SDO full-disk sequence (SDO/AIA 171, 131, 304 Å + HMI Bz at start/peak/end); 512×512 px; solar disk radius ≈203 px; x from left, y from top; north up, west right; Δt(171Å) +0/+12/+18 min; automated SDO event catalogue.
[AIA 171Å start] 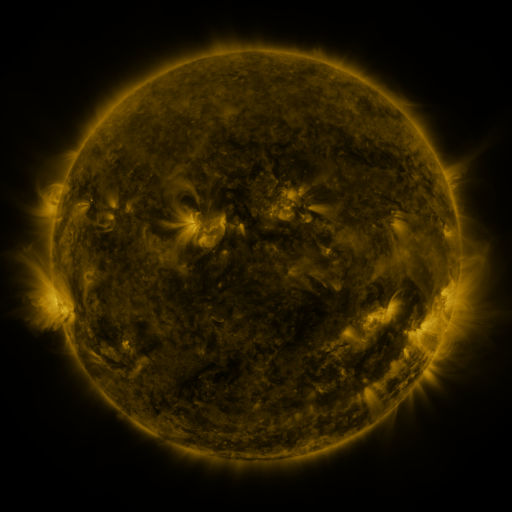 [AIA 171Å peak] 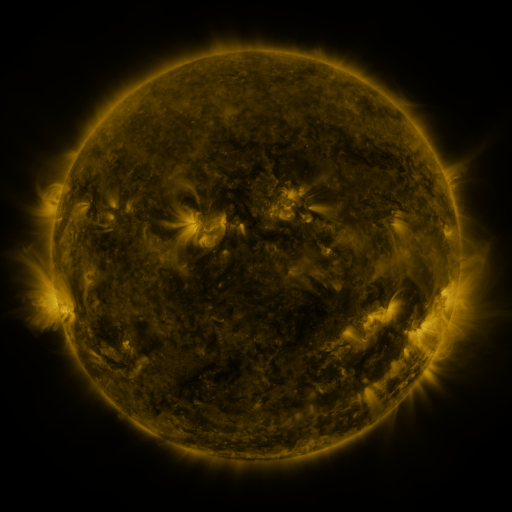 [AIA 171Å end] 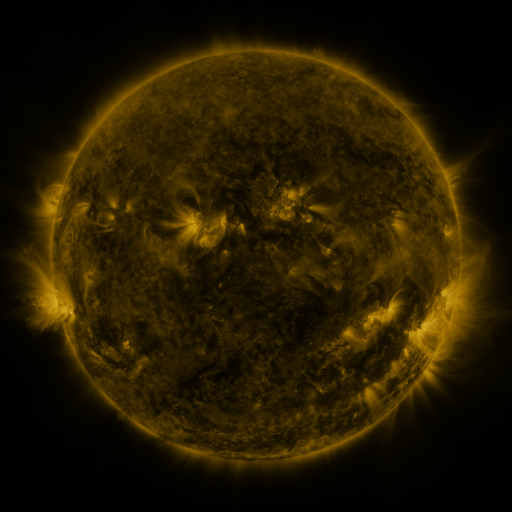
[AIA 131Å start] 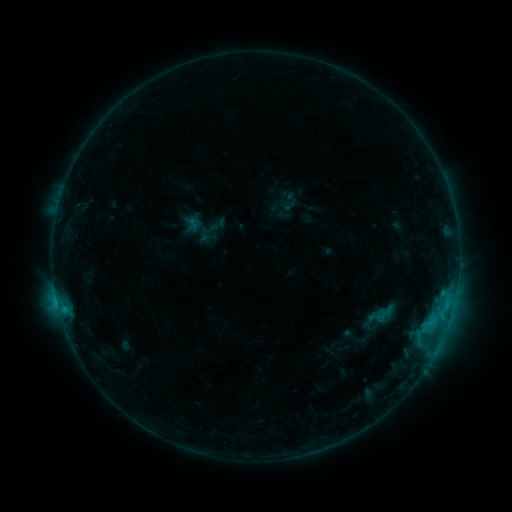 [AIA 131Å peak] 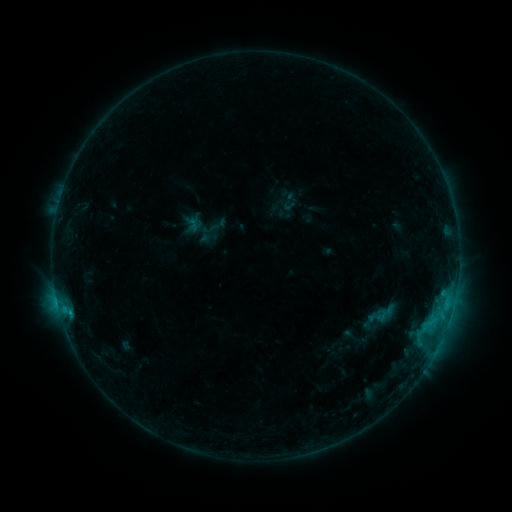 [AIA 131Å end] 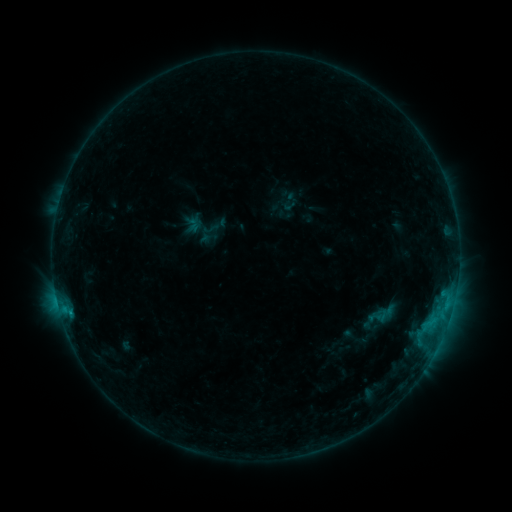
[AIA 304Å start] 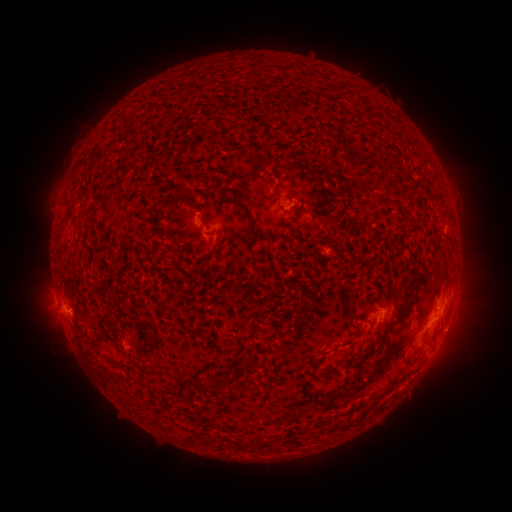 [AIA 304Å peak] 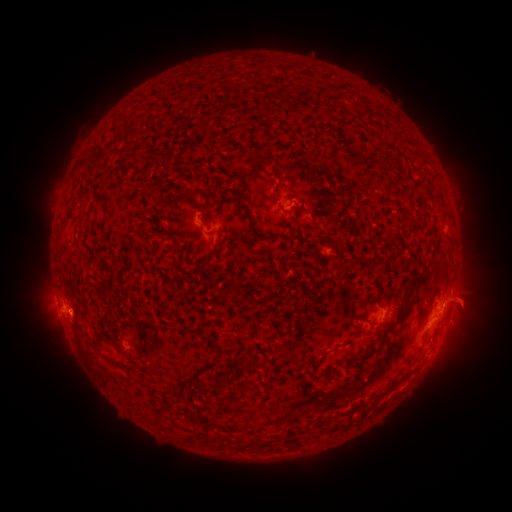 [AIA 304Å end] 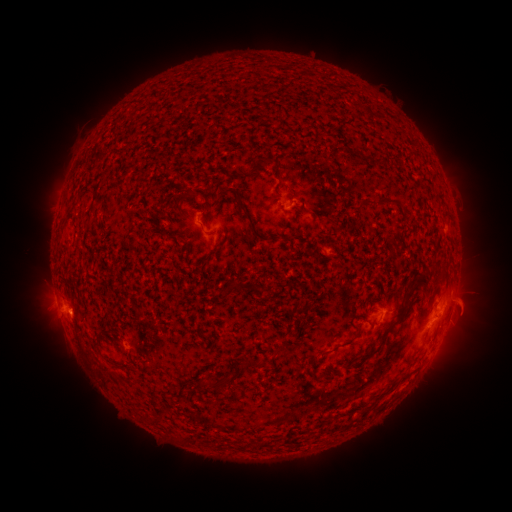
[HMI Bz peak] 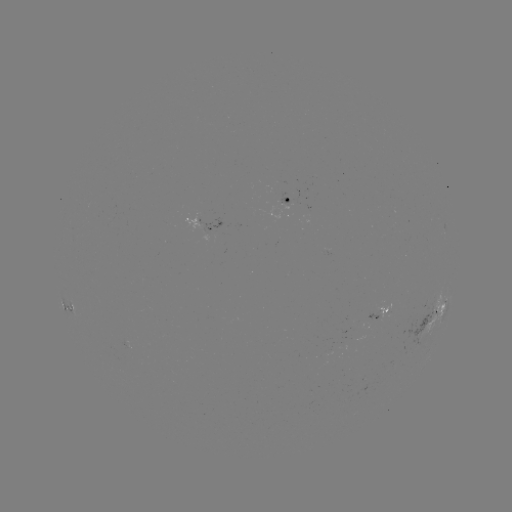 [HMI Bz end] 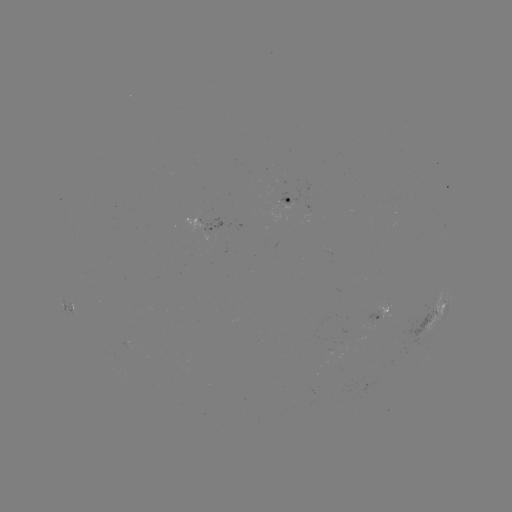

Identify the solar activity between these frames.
eruption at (471, 300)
